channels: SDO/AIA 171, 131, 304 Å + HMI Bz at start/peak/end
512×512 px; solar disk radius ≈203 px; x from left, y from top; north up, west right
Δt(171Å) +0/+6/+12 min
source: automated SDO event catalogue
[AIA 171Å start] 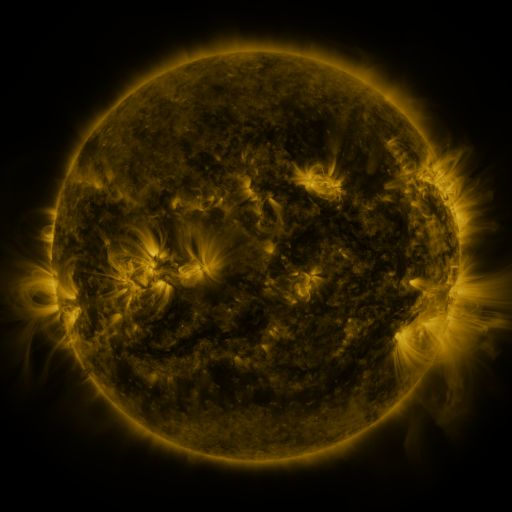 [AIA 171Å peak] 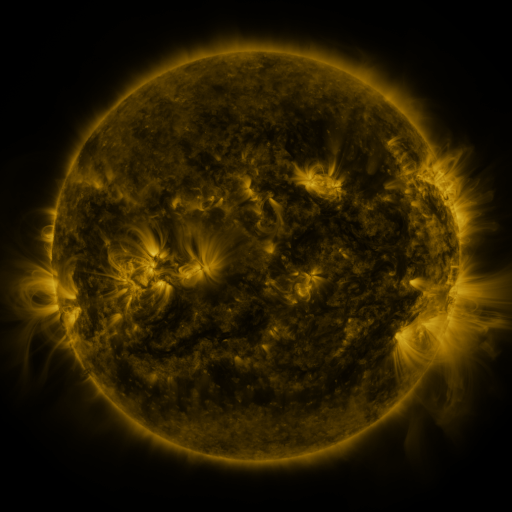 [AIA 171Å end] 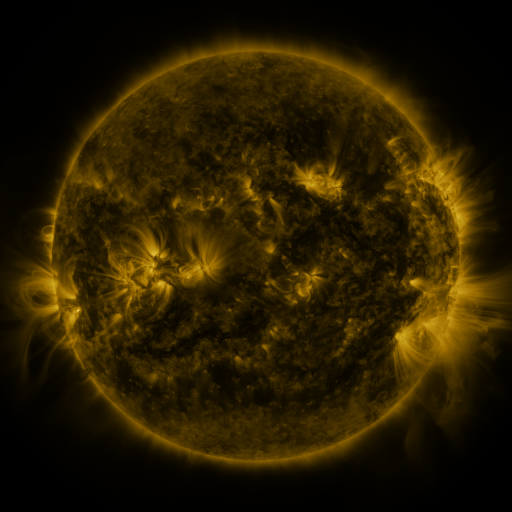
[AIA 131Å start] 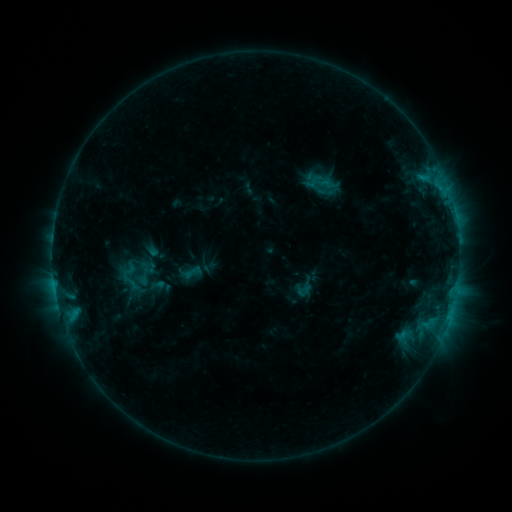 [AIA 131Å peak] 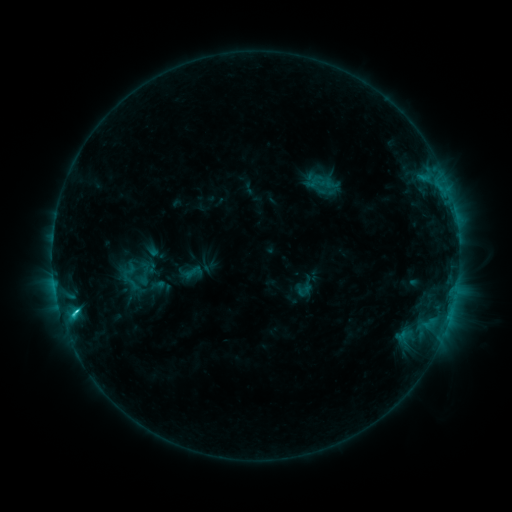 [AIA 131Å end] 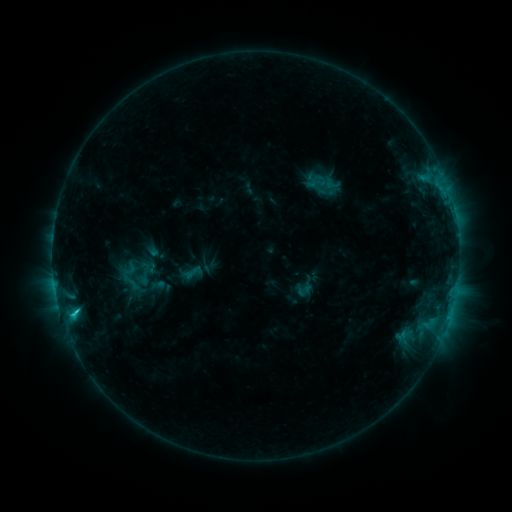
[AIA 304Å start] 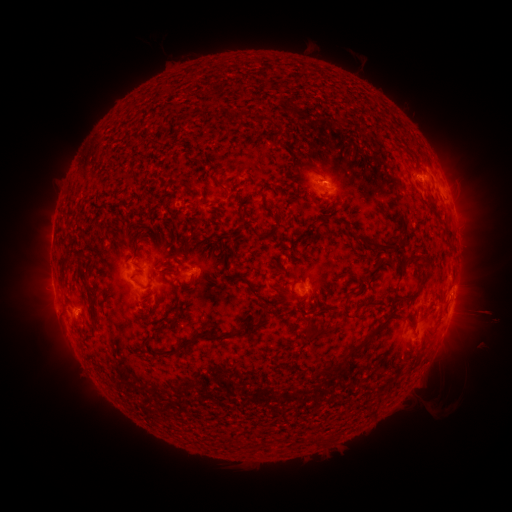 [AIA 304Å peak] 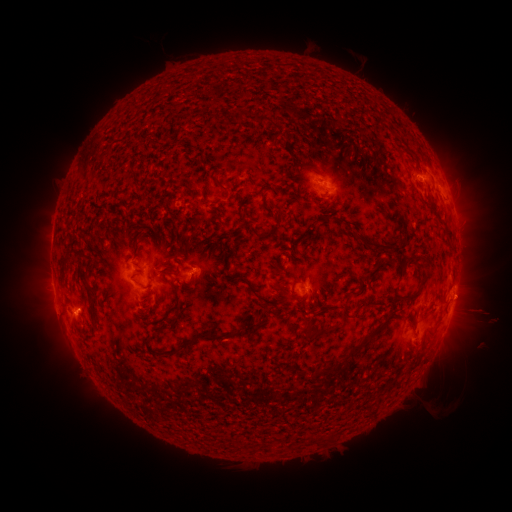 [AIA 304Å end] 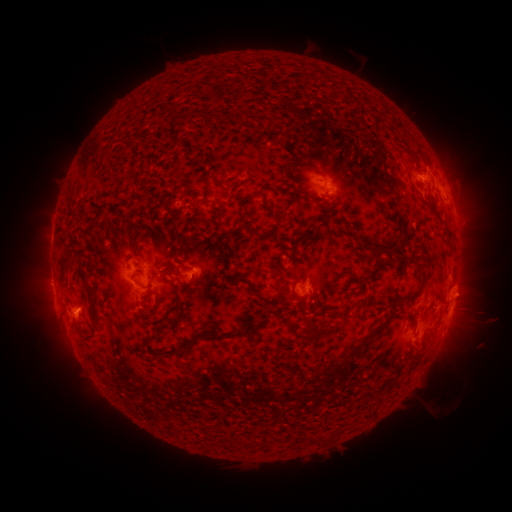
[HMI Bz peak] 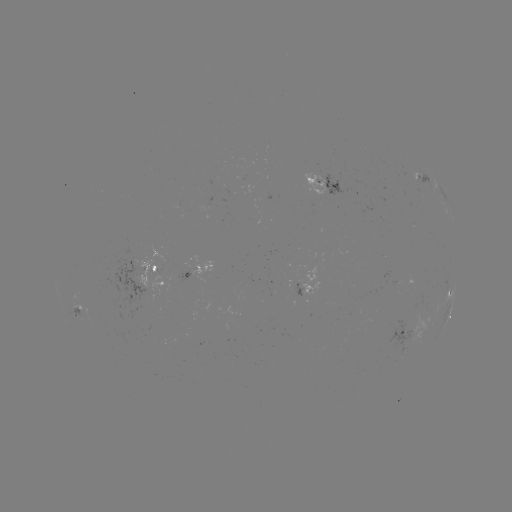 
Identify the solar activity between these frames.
C2.0 flare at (76, 309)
